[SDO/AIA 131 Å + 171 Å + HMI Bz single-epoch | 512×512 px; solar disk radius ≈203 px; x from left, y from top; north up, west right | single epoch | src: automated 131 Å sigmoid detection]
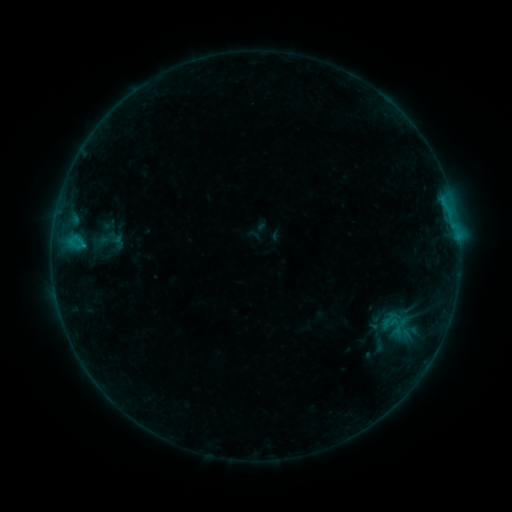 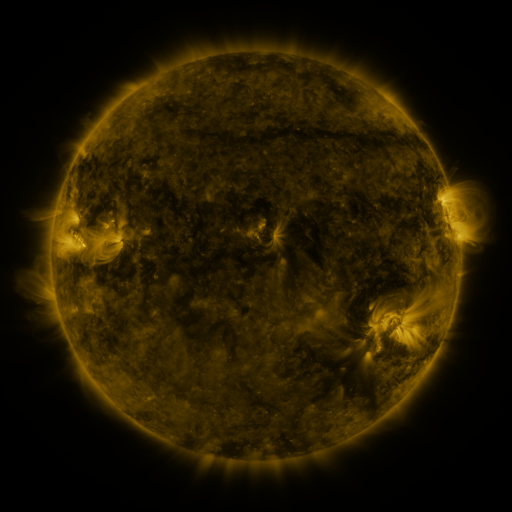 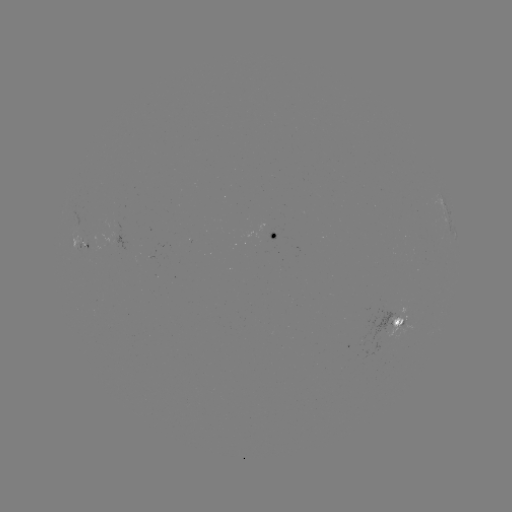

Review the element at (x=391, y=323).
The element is sigmoid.